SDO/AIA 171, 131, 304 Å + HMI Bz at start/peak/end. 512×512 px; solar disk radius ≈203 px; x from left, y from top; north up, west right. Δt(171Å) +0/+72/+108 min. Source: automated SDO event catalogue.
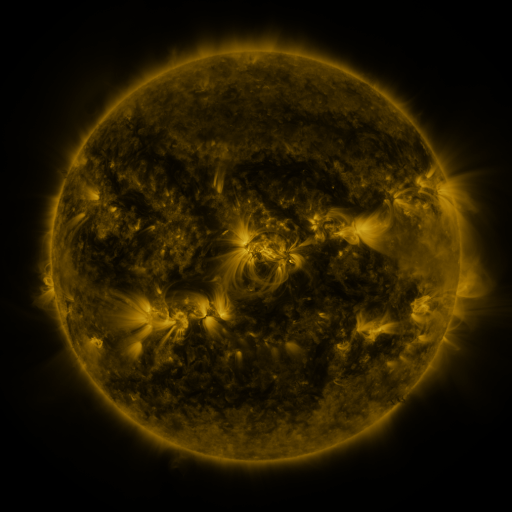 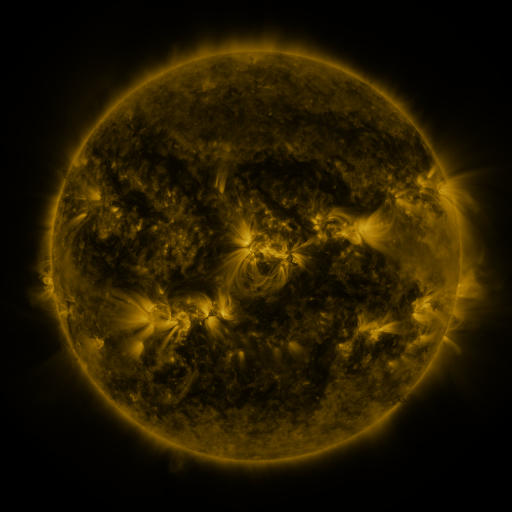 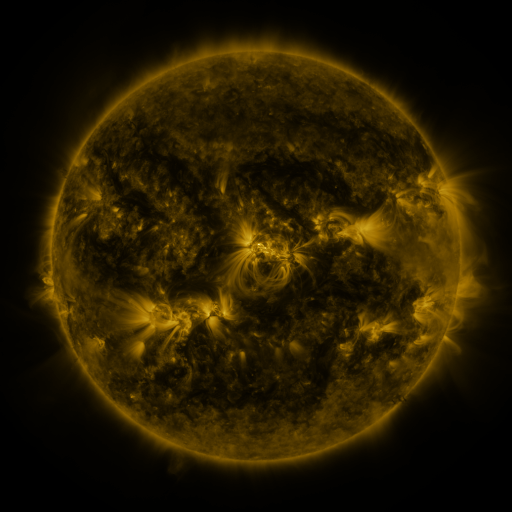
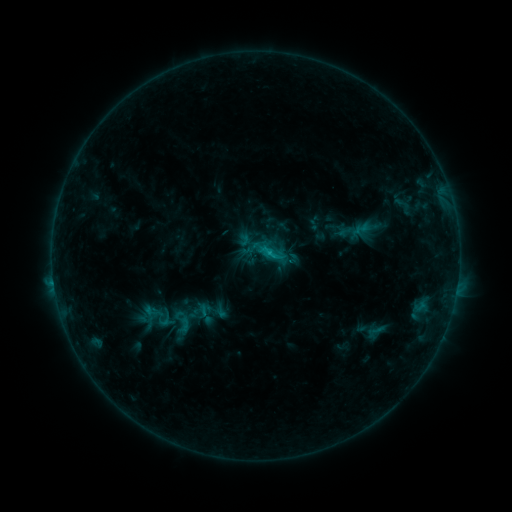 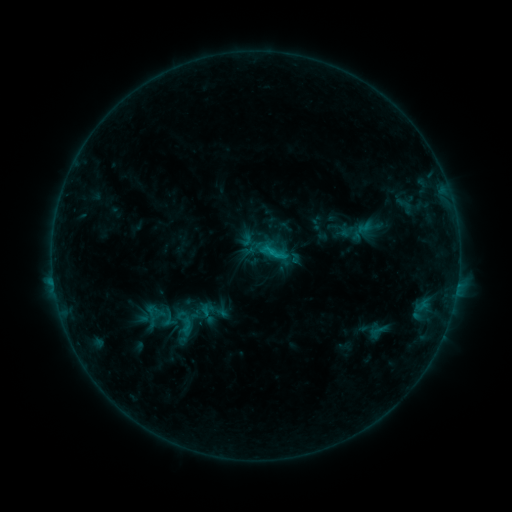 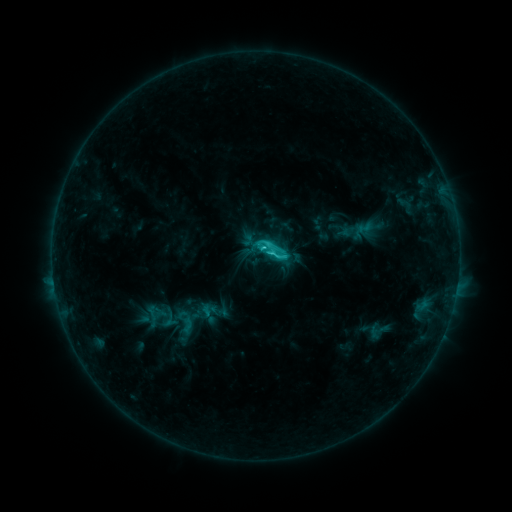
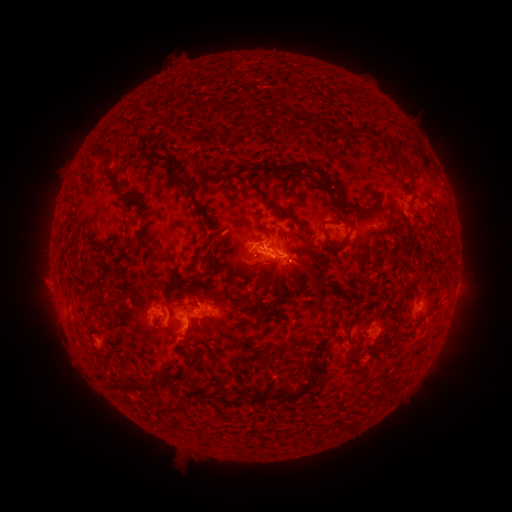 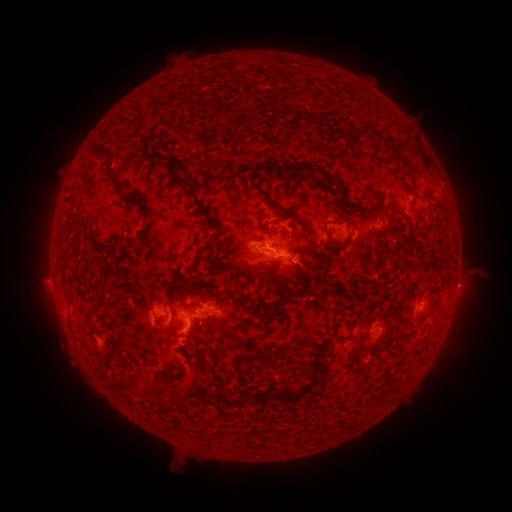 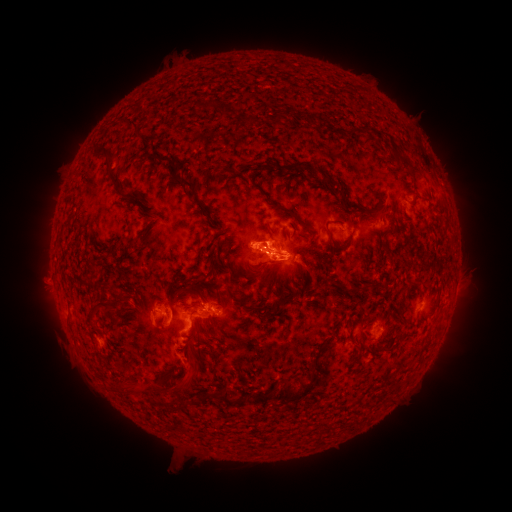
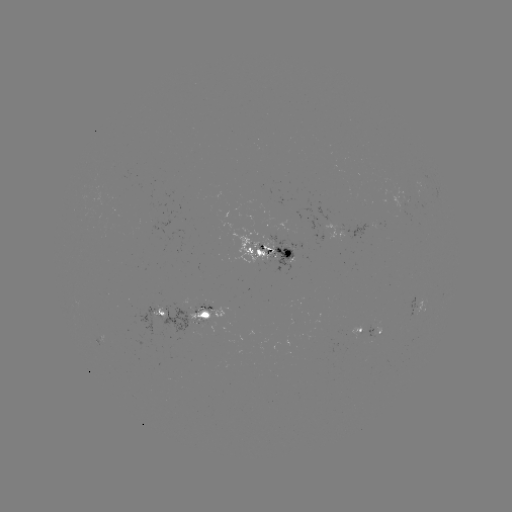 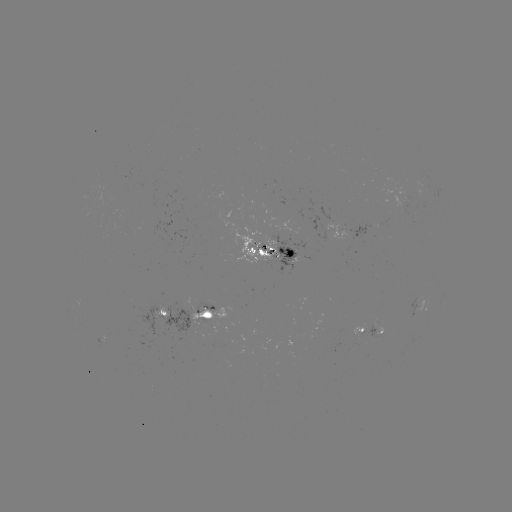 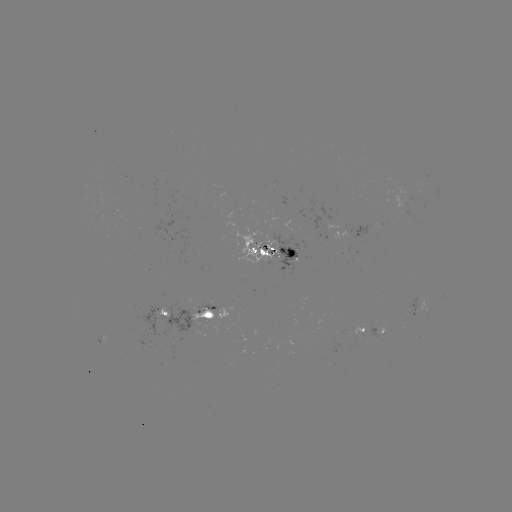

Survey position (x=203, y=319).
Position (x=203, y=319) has emerging-flux region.